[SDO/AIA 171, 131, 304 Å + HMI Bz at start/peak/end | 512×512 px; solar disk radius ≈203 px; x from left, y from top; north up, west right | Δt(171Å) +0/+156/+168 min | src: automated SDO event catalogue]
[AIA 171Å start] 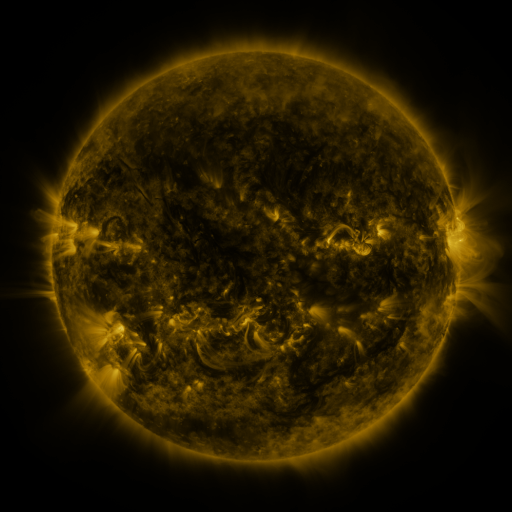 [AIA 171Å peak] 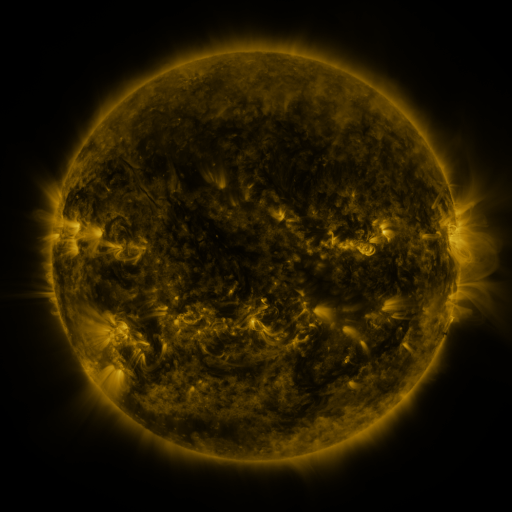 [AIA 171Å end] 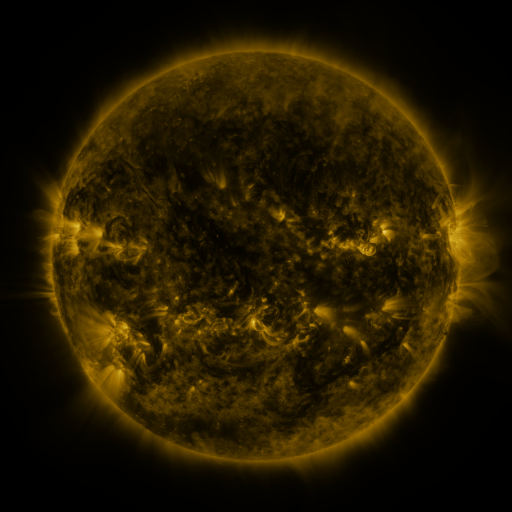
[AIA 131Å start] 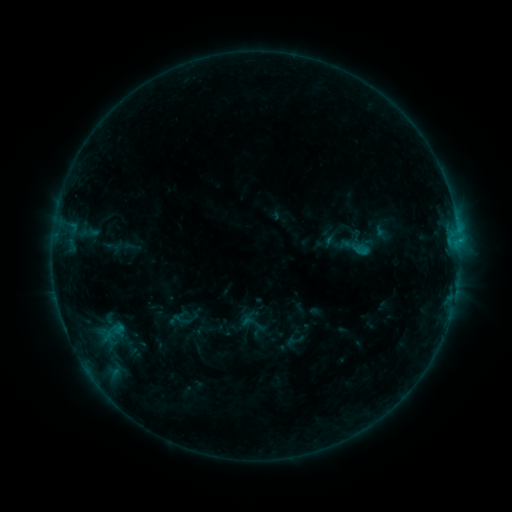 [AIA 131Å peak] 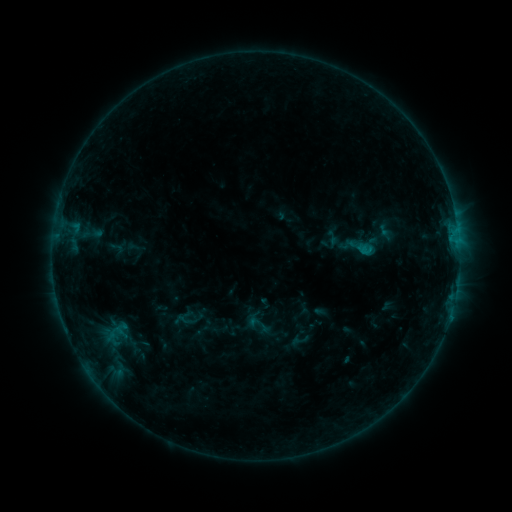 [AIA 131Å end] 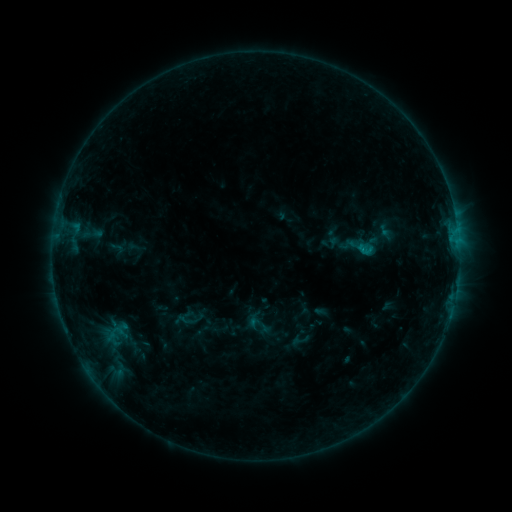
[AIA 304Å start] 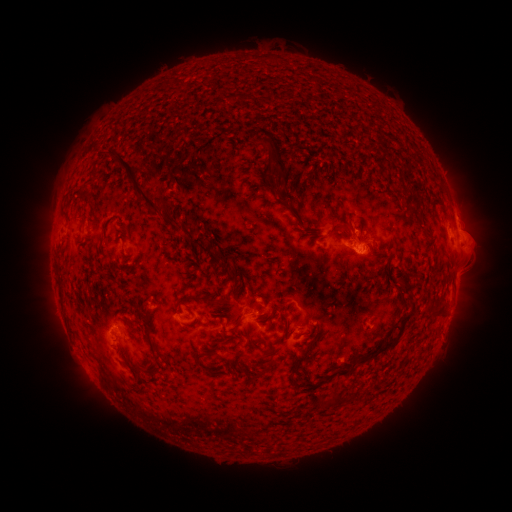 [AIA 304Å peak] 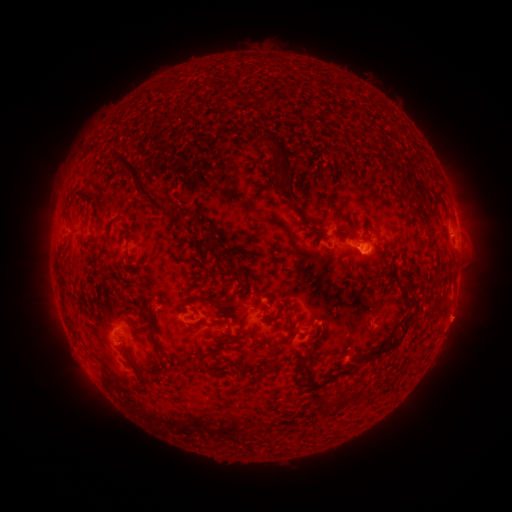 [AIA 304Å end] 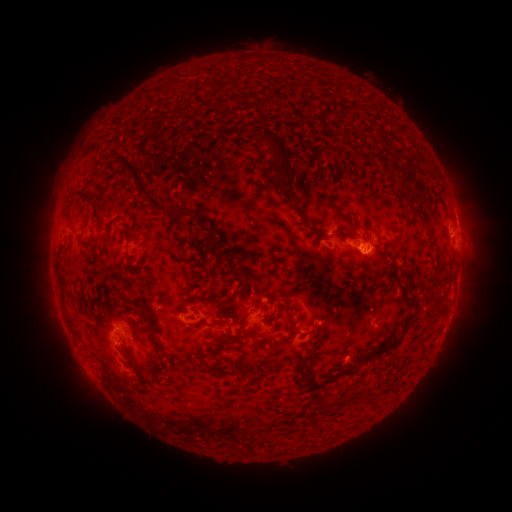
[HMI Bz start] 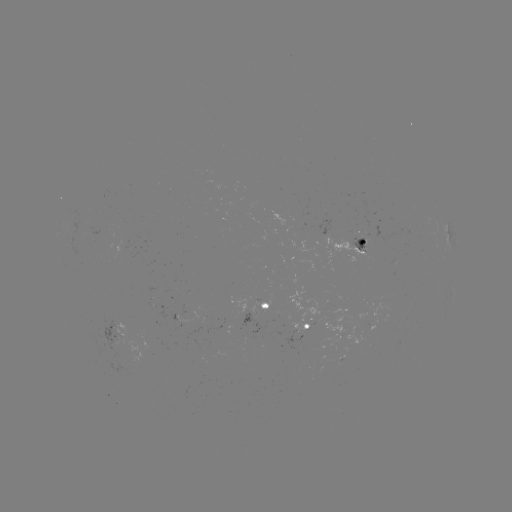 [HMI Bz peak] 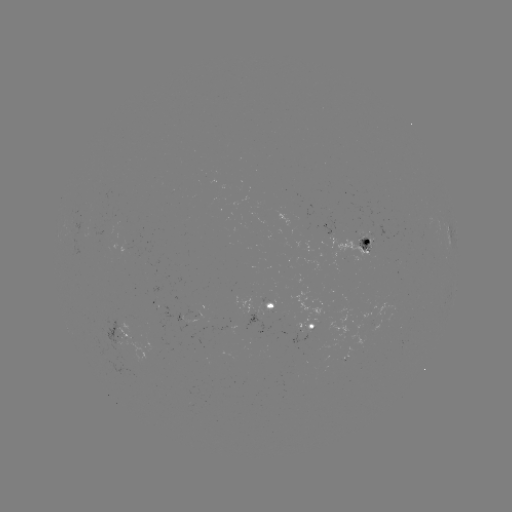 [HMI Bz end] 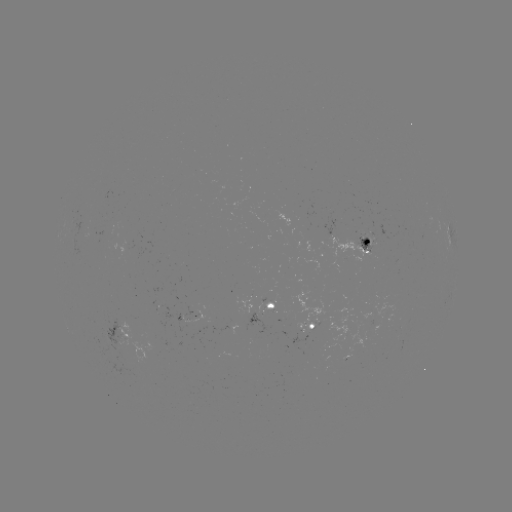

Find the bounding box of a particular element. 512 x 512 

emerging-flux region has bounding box [356, 233, 373, 250].